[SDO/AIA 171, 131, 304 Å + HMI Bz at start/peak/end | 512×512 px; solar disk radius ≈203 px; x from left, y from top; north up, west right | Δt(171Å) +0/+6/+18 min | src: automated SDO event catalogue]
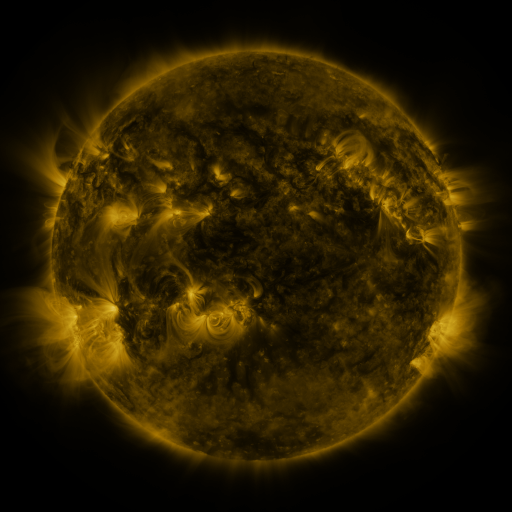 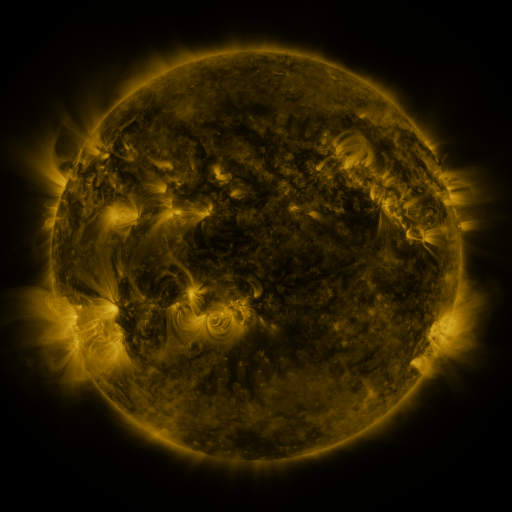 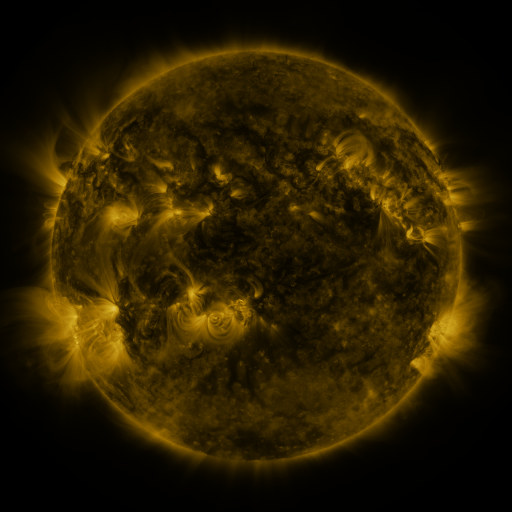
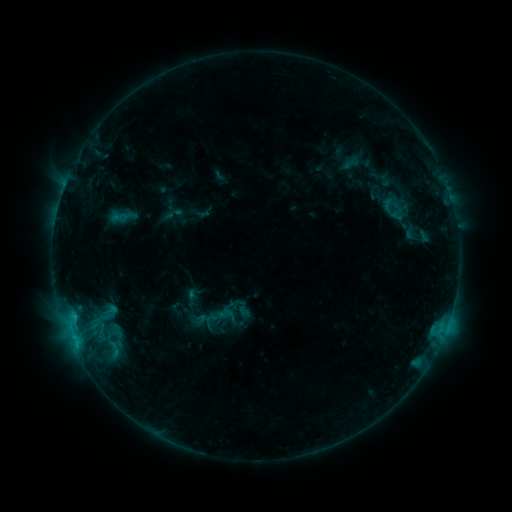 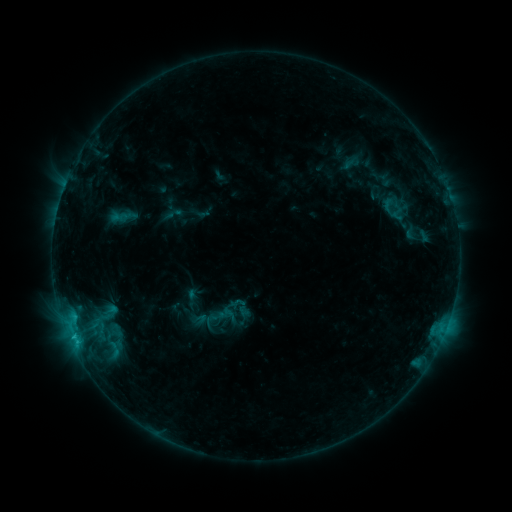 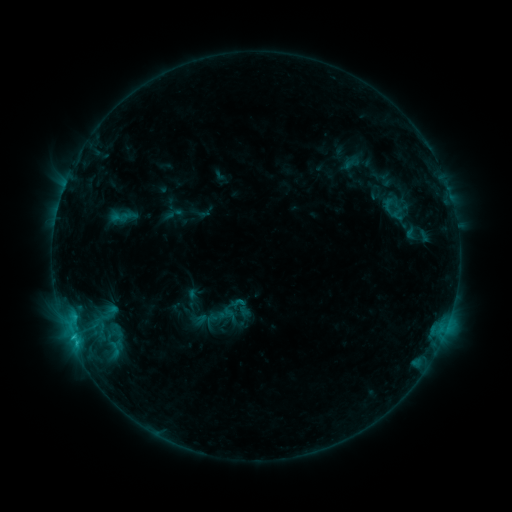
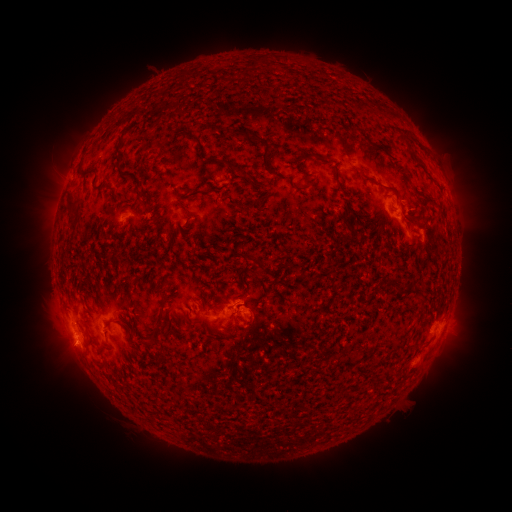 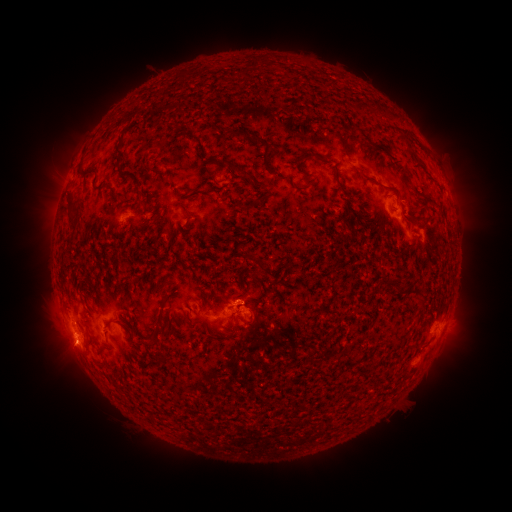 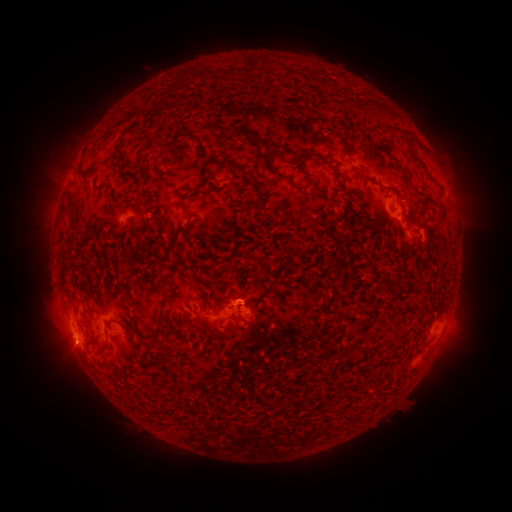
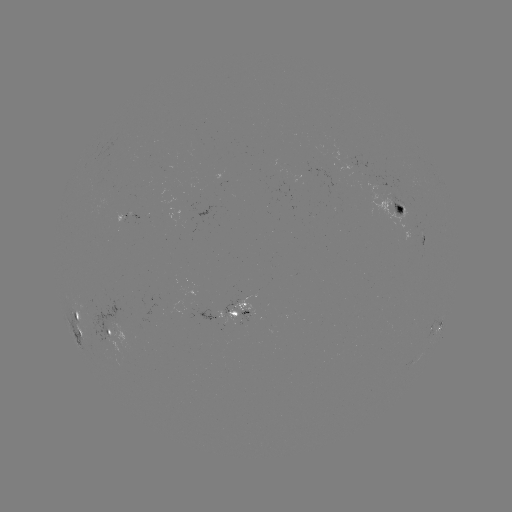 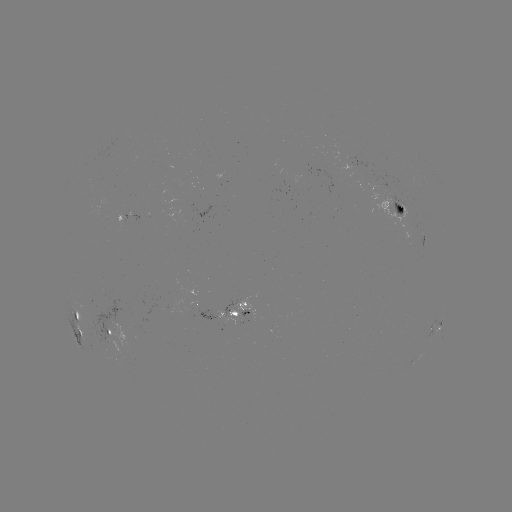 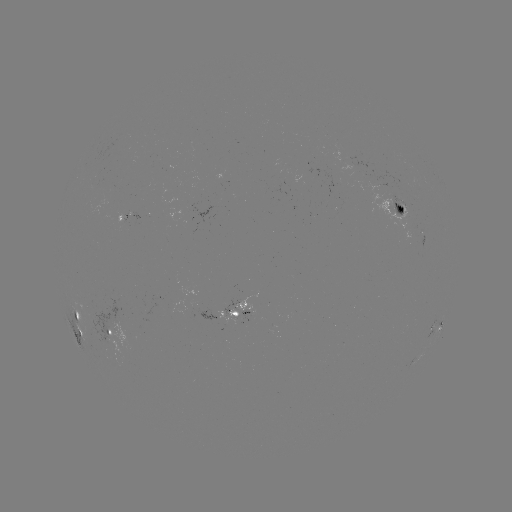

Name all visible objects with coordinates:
C1.2 flare: (73, 333)
